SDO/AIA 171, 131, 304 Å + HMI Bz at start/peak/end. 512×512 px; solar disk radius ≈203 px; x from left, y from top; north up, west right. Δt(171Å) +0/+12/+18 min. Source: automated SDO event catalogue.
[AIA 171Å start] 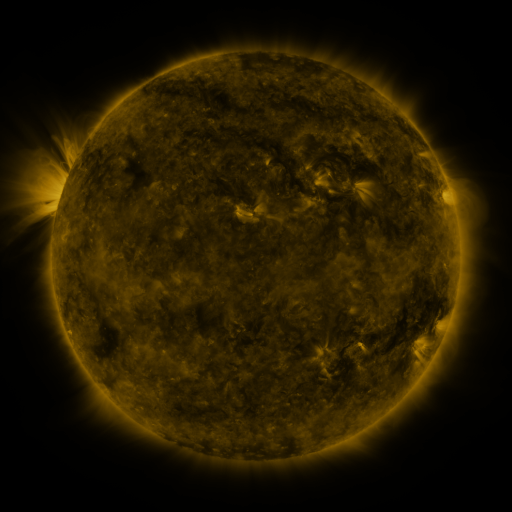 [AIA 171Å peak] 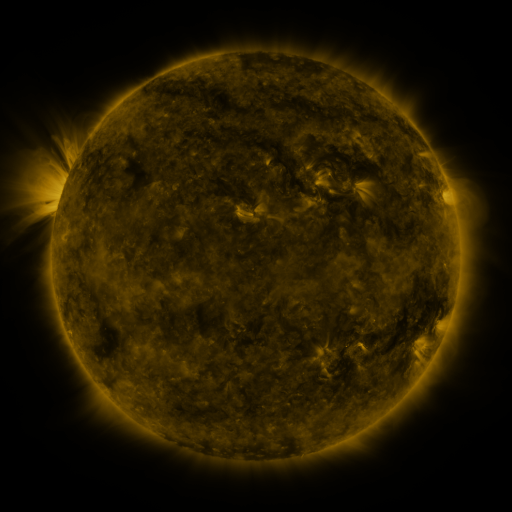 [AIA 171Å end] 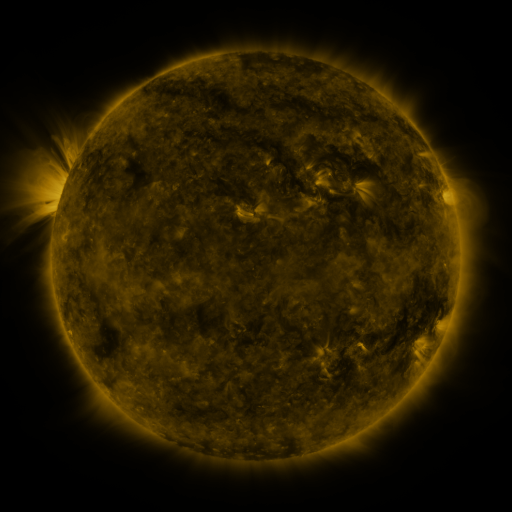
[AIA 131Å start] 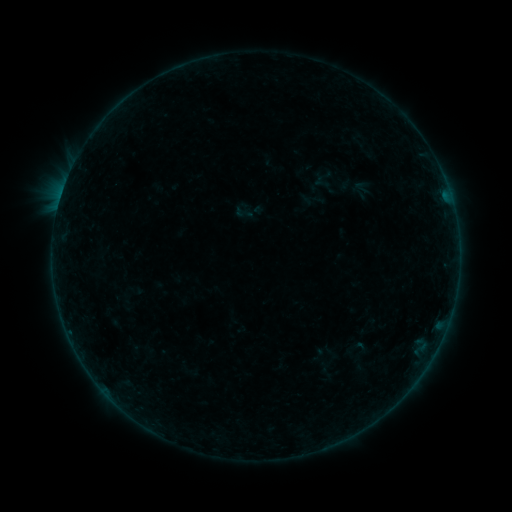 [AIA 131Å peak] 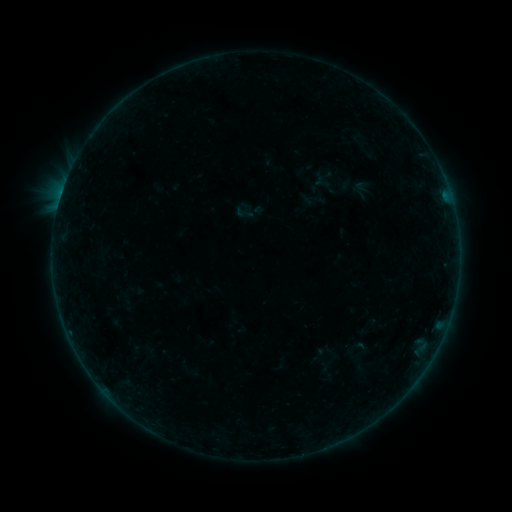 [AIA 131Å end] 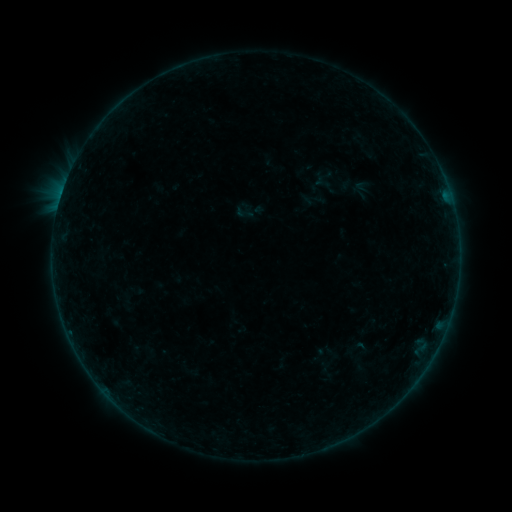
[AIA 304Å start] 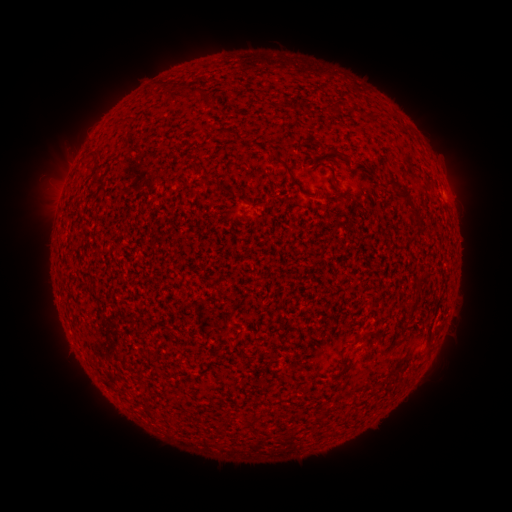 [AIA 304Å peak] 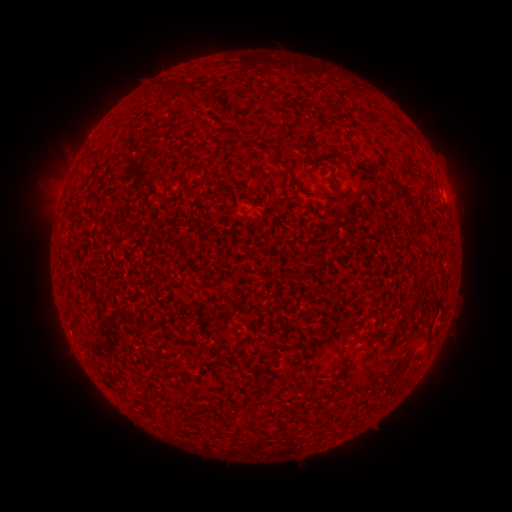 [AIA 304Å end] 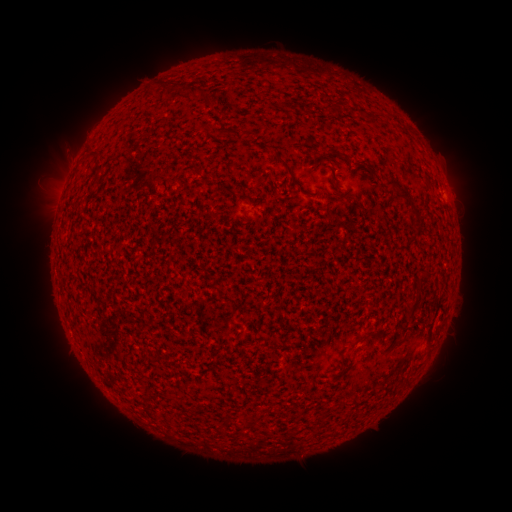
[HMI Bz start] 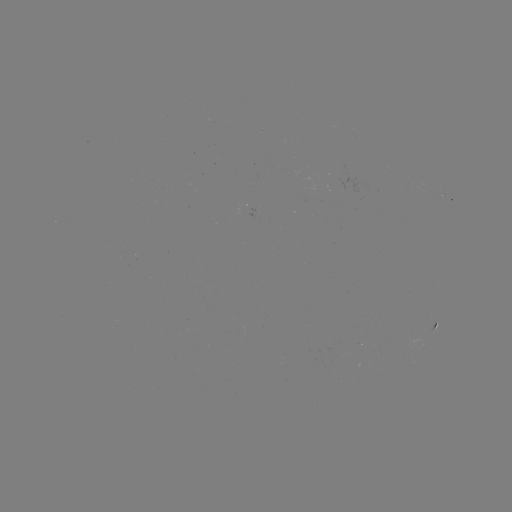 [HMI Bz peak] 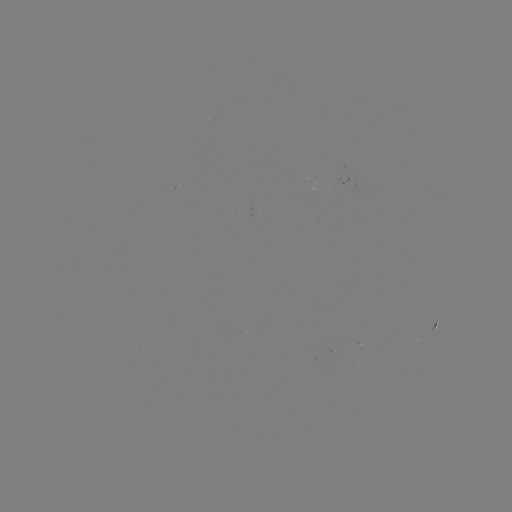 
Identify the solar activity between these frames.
B1.6 flare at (446, 198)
